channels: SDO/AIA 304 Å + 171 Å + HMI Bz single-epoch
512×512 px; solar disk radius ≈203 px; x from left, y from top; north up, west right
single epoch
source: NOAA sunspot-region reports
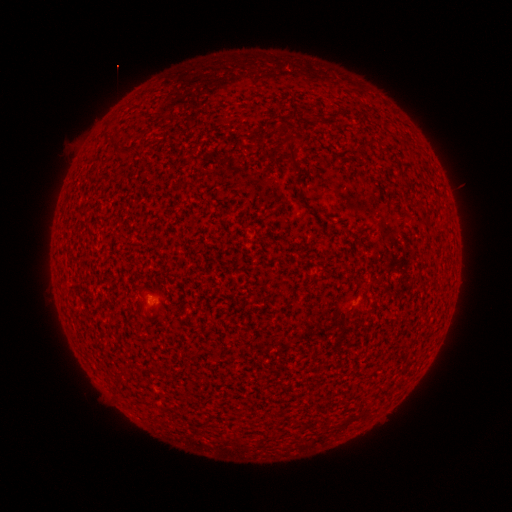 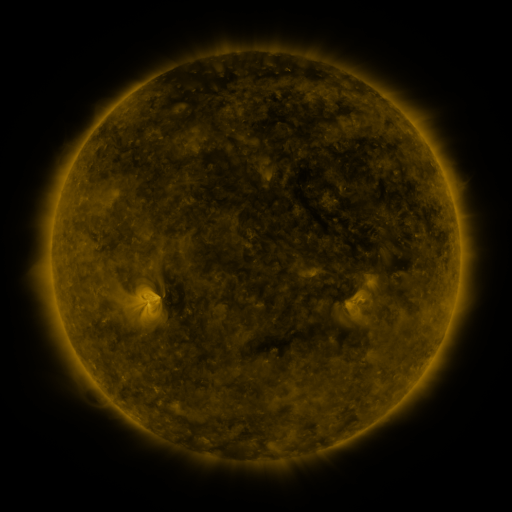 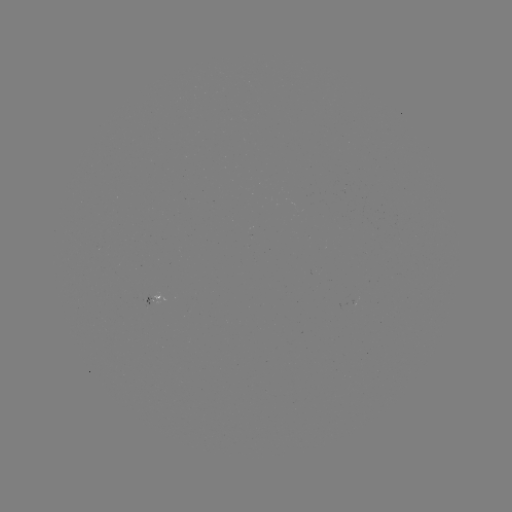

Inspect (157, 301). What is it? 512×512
spotted active region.